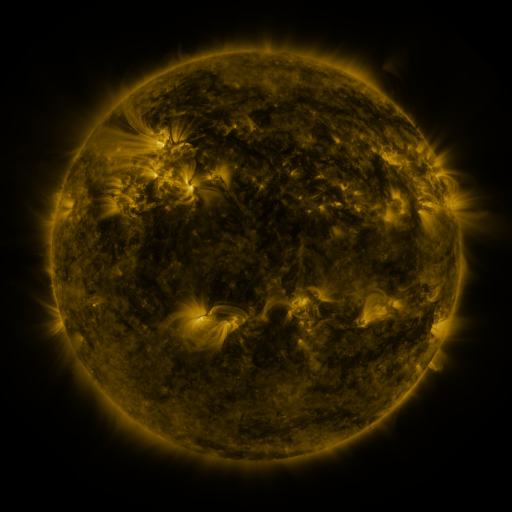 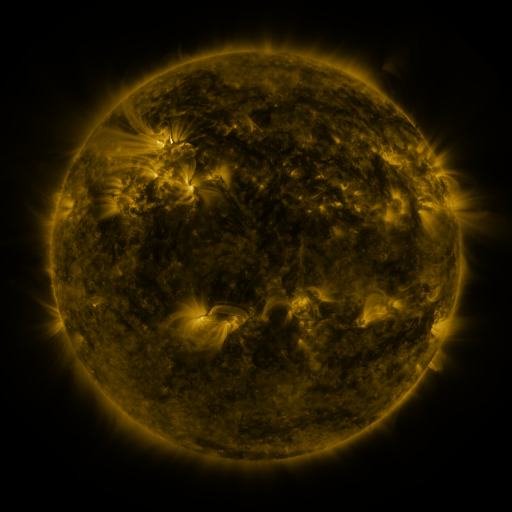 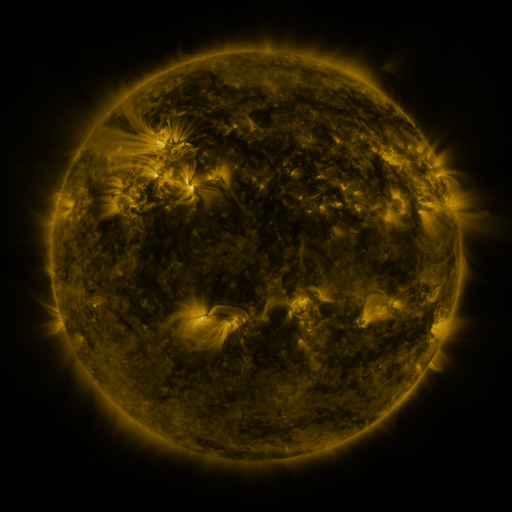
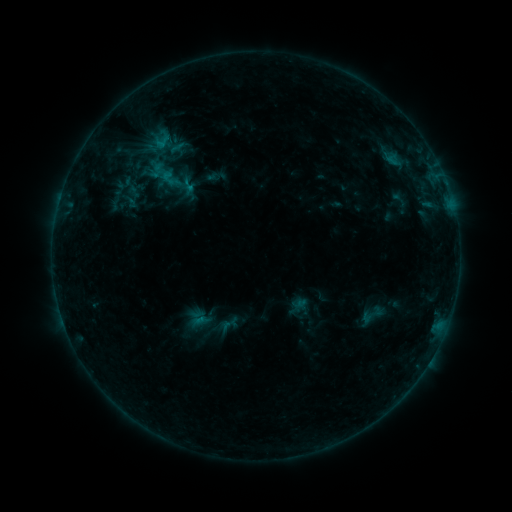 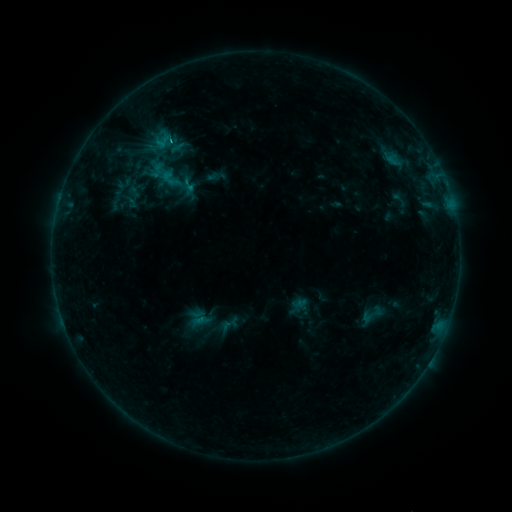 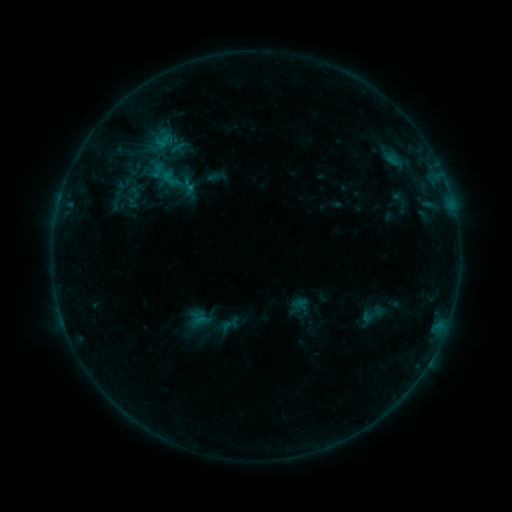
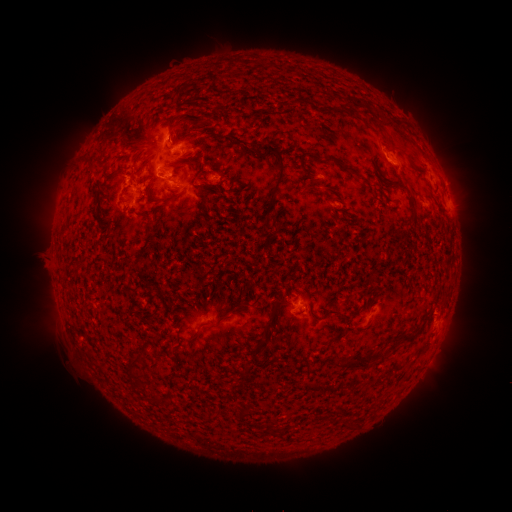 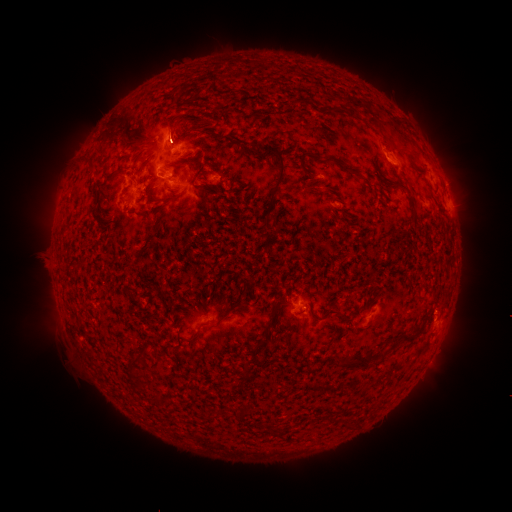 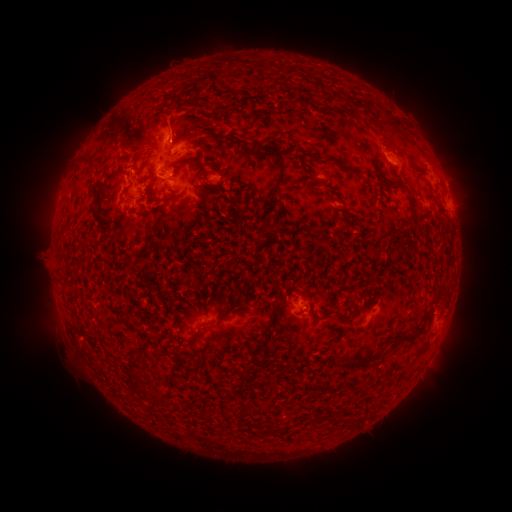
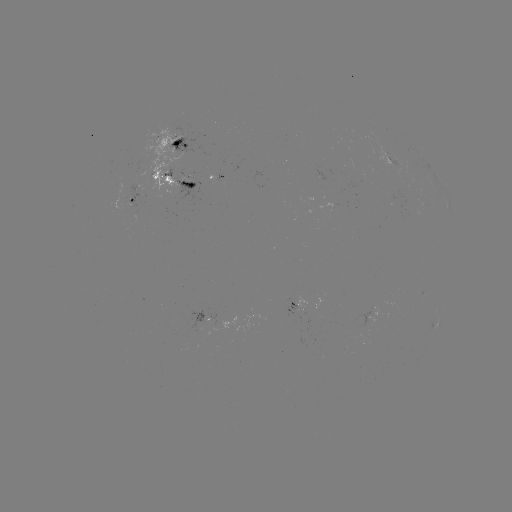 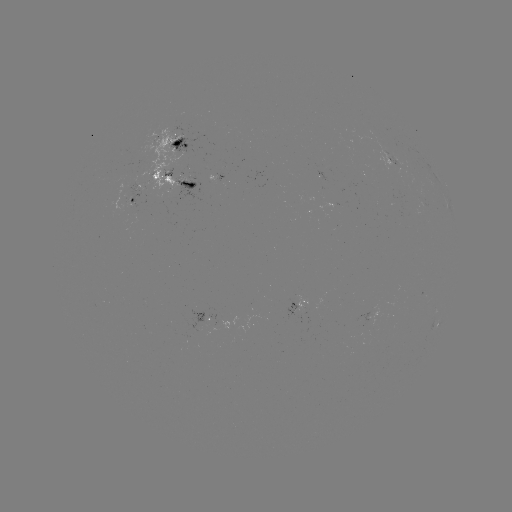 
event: flare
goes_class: C1.2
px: (172, 144)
